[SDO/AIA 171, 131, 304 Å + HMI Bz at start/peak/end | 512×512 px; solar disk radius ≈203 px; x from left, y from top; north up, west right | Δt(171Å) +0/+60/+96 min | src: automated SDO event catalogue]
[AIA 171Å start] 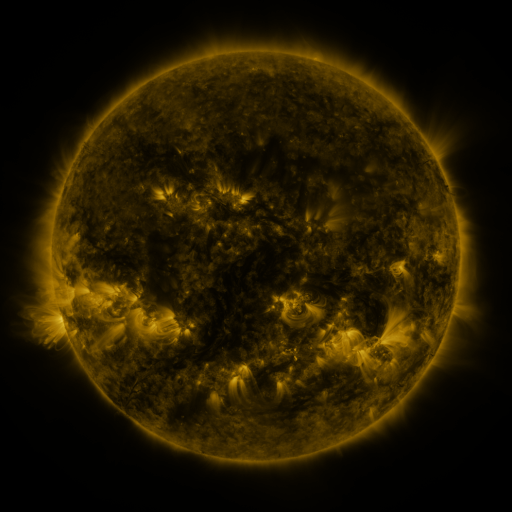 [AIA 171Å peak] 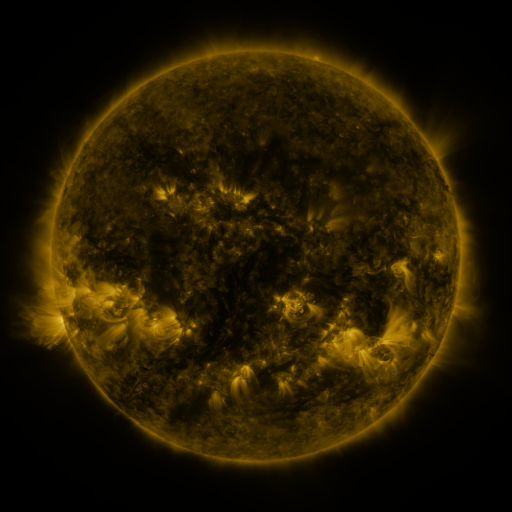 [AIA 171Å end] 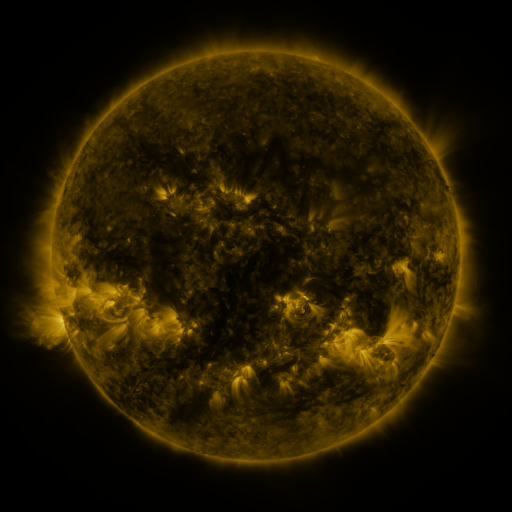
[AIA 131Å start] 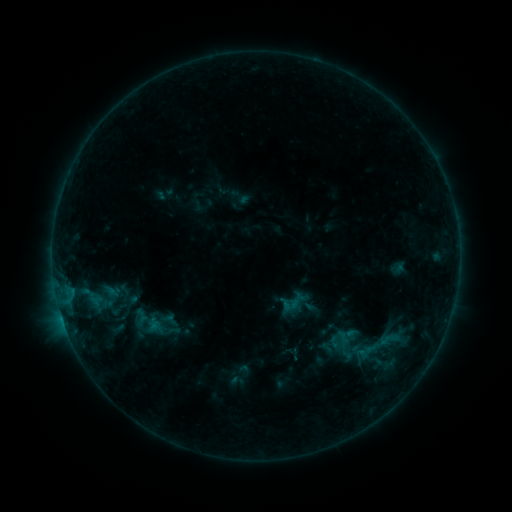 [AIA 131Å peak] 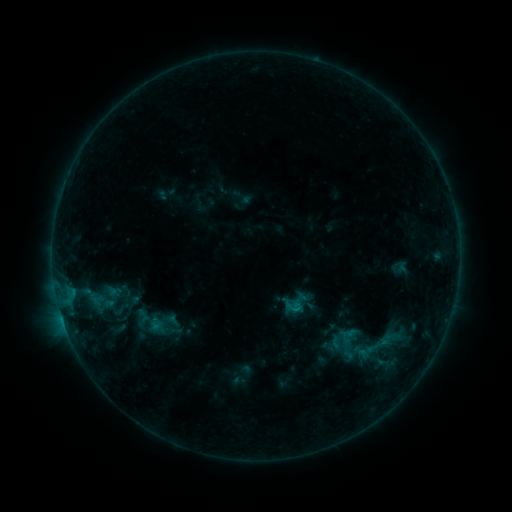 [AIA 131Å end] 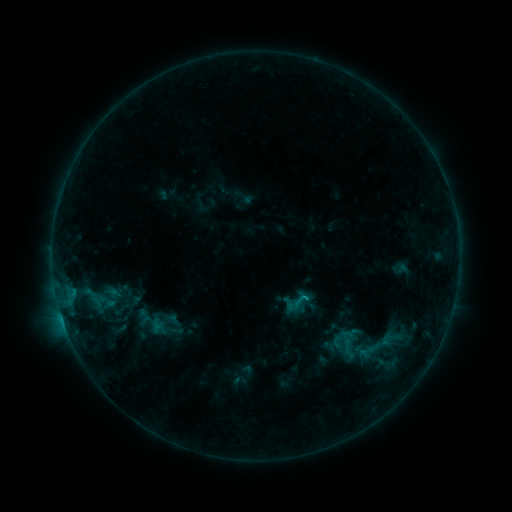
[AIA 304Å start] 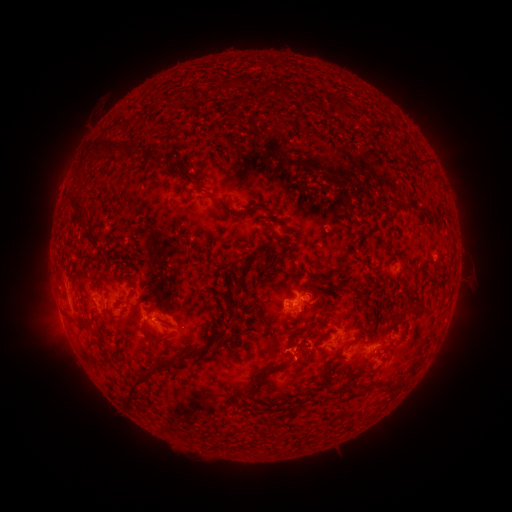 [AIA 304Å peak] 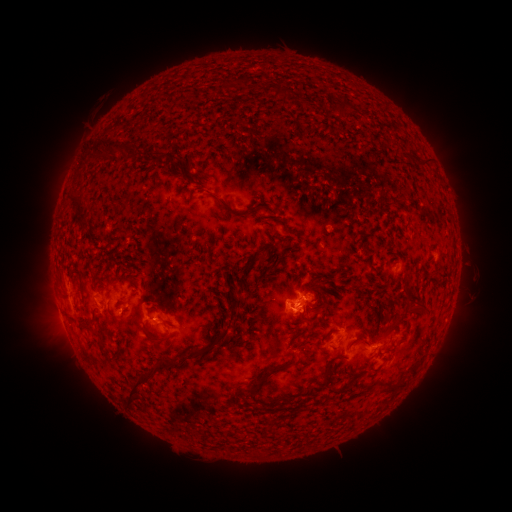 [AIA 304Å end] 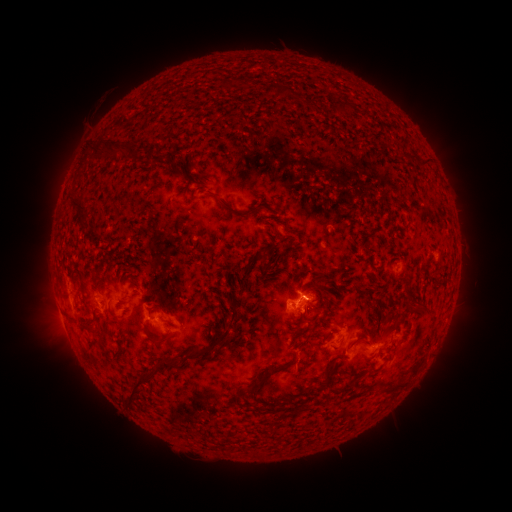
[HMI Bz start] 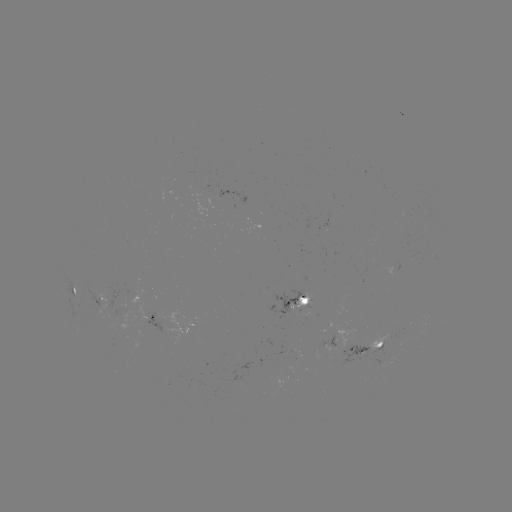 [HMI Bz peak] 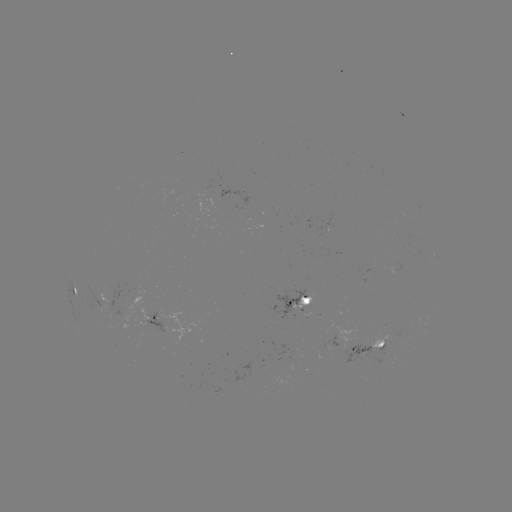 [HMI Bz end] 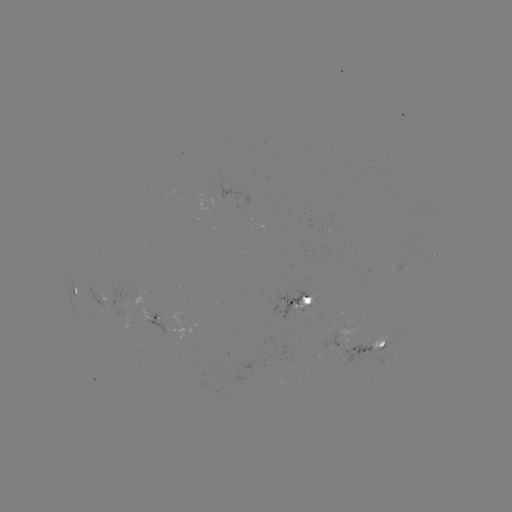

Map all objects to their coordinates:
emerging-flux region: (287, 346)
